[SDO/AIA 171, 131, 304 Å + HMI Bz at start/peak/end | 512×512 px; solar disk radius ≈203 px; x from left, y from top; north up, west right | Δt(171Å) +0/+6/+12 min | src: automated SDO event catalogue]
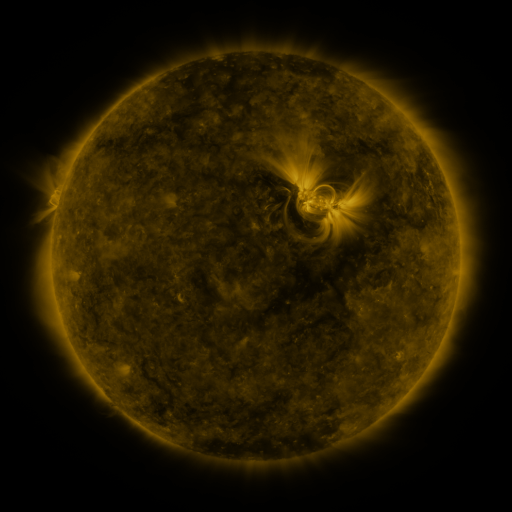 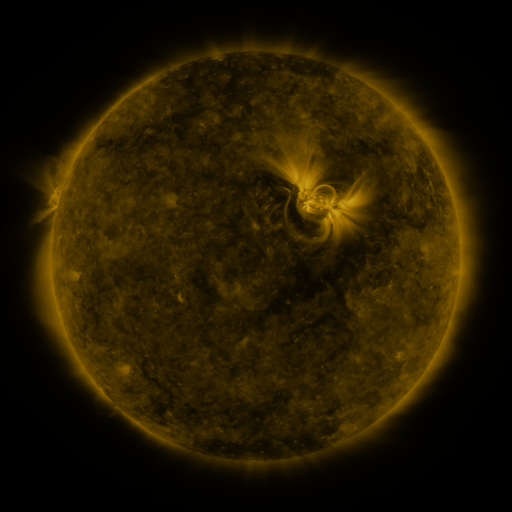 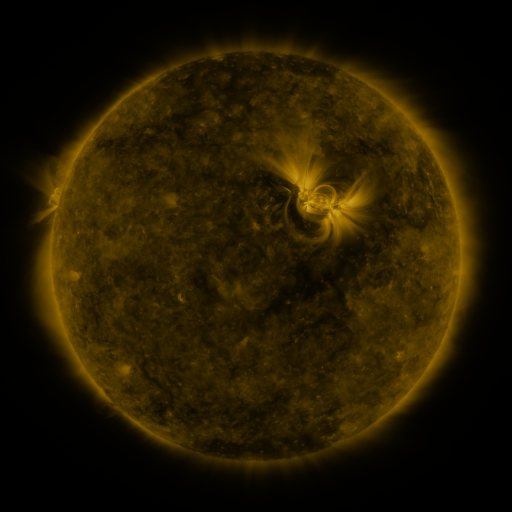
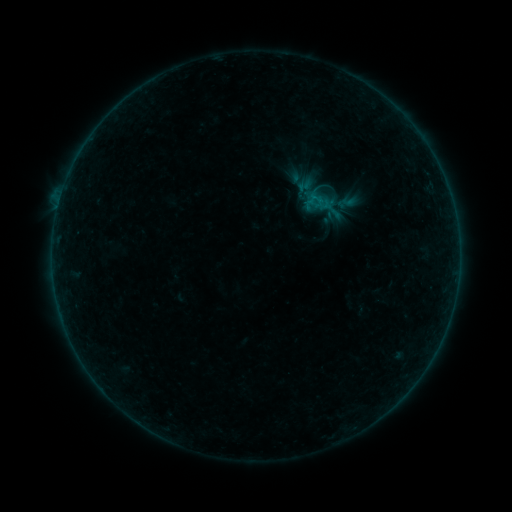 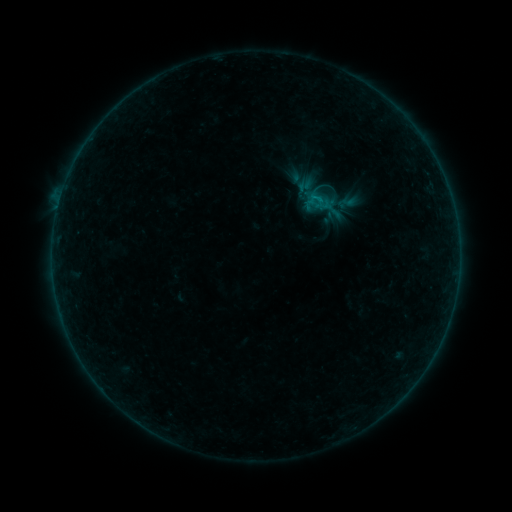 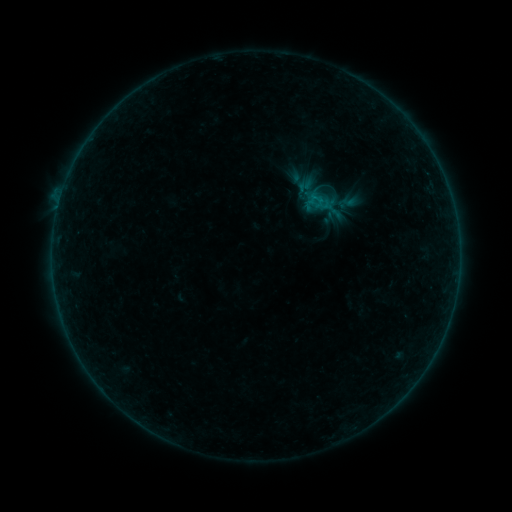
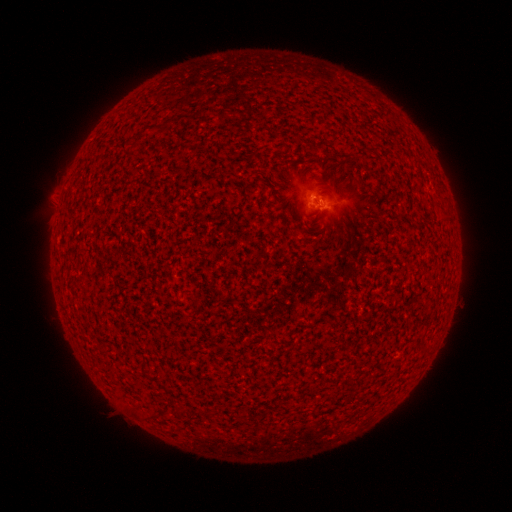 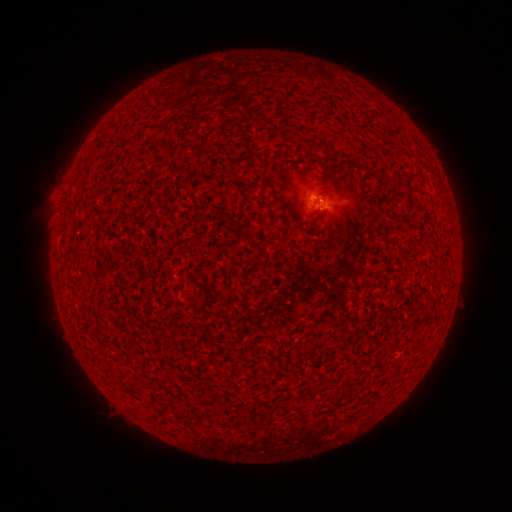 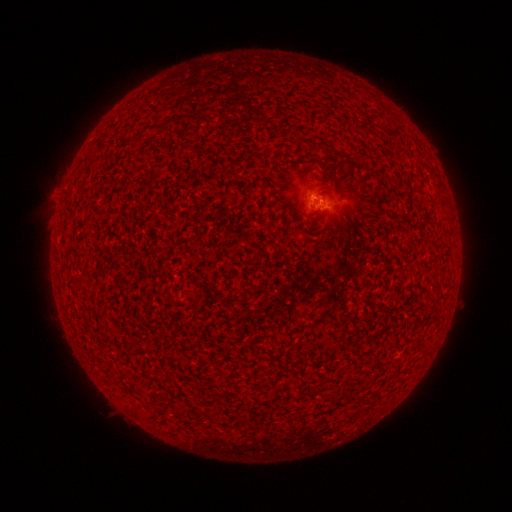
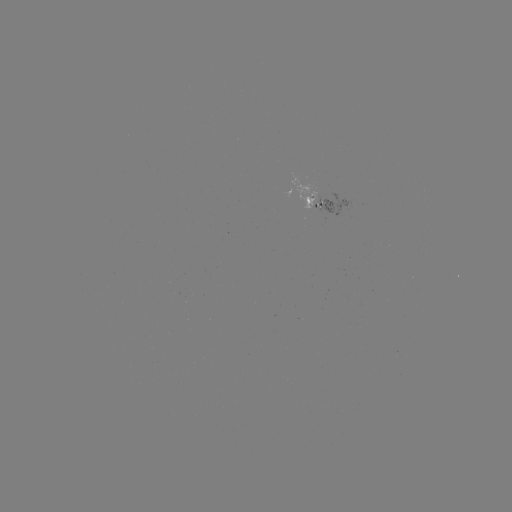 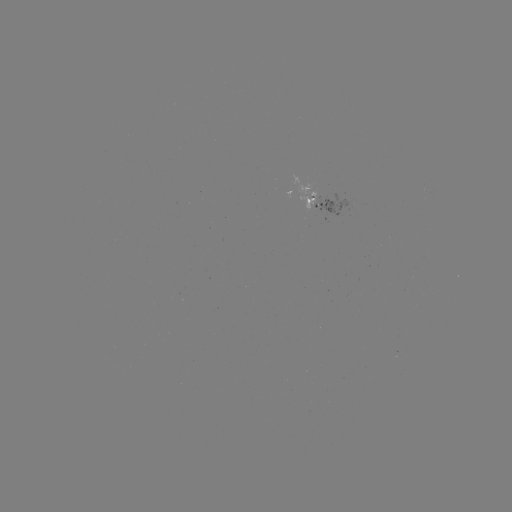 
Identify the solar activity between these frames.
B1.9 flare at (316, 200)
